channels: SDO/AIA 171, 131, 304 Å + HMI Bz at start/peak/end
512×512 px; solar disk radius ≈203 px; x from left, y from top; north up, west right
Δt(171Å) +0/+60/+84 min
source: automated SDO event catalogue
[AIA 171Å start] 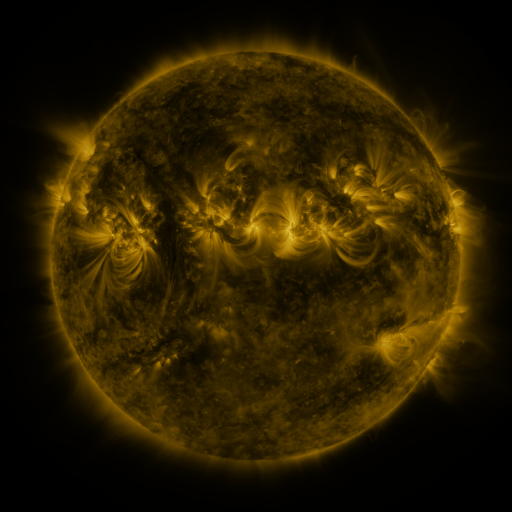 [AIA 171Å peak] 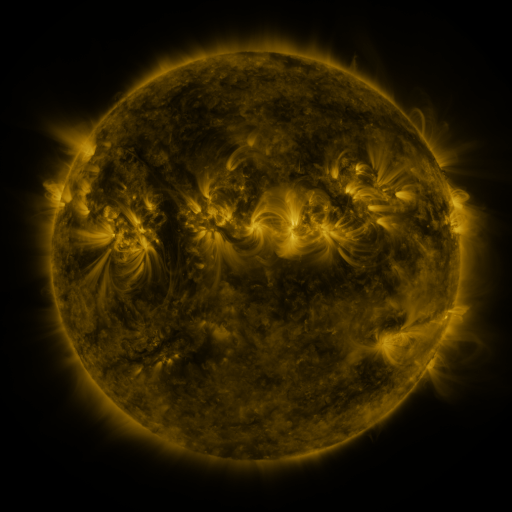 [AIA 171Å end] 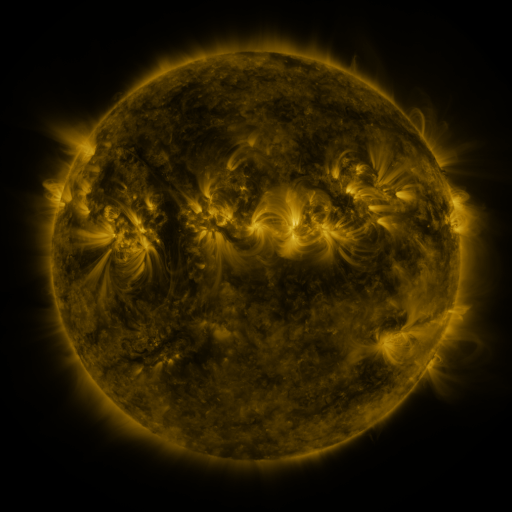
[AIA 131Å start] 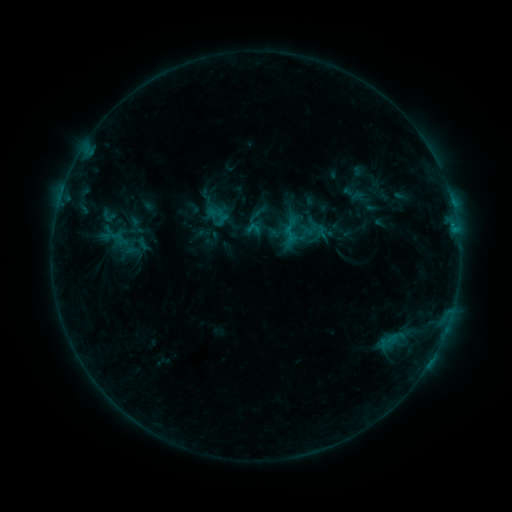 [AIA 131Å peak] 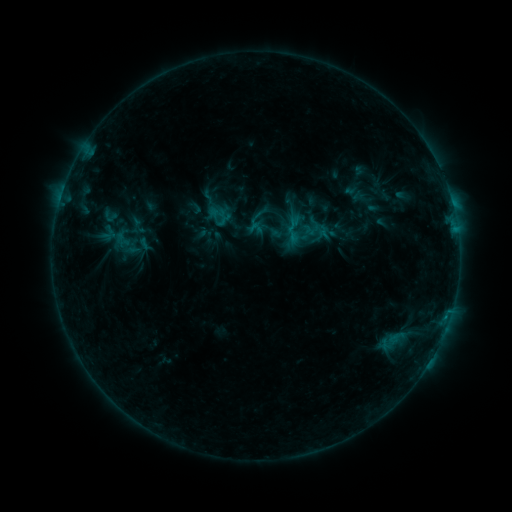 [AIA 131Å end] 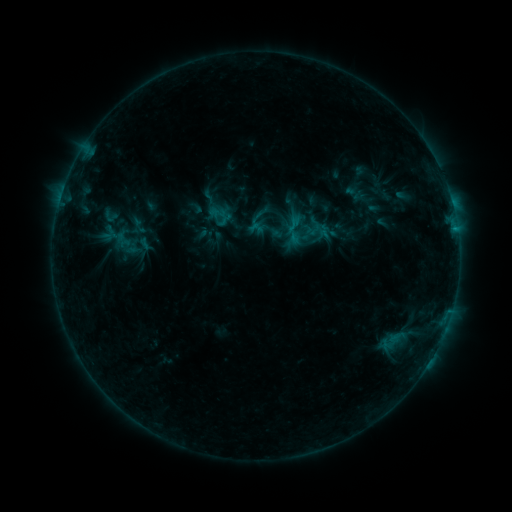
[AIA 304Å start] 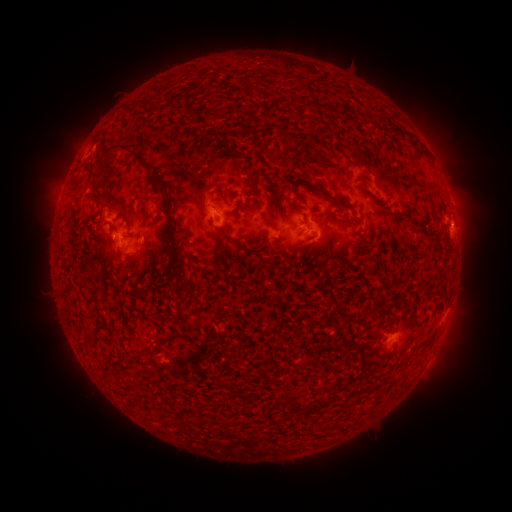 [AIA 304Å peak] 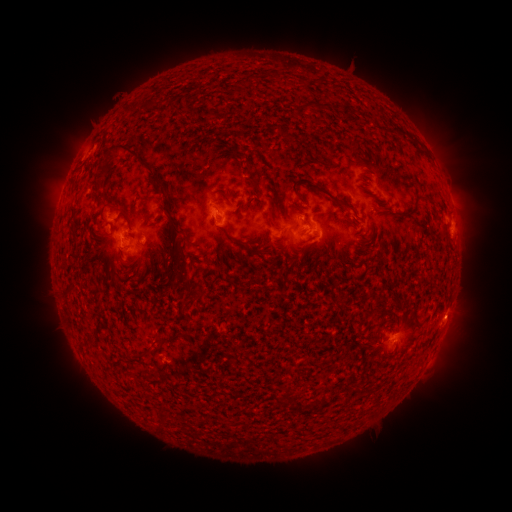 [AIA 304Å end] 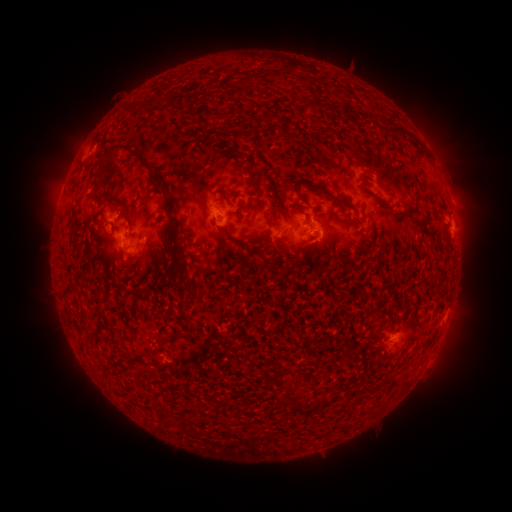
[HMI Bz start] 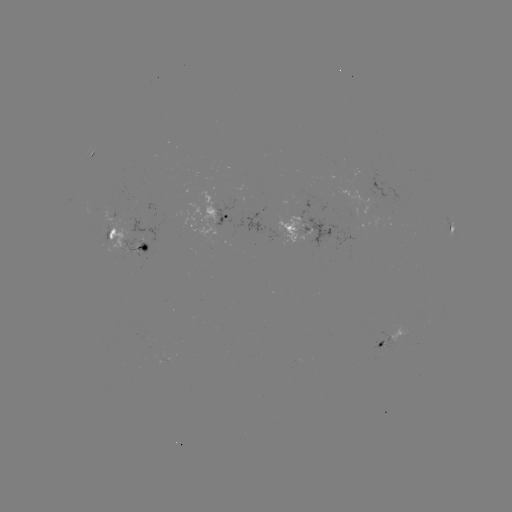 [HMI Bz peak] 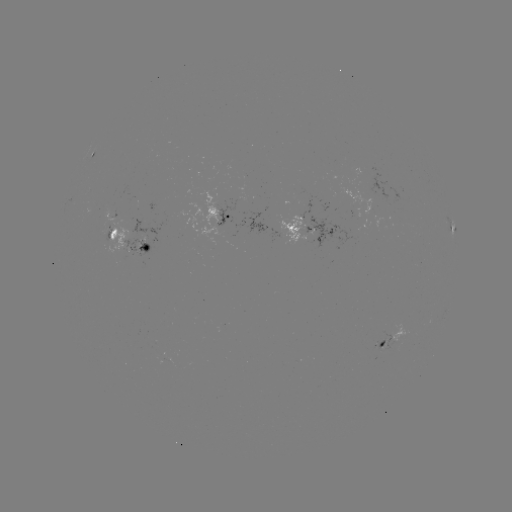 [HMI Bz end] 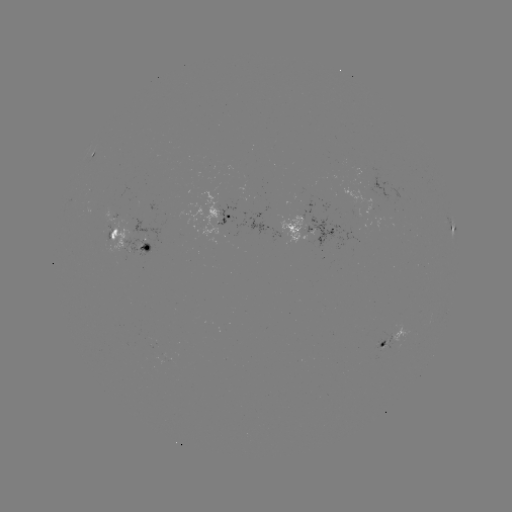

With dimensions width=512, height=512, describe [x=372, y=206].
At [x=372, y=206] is emerging-flux region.